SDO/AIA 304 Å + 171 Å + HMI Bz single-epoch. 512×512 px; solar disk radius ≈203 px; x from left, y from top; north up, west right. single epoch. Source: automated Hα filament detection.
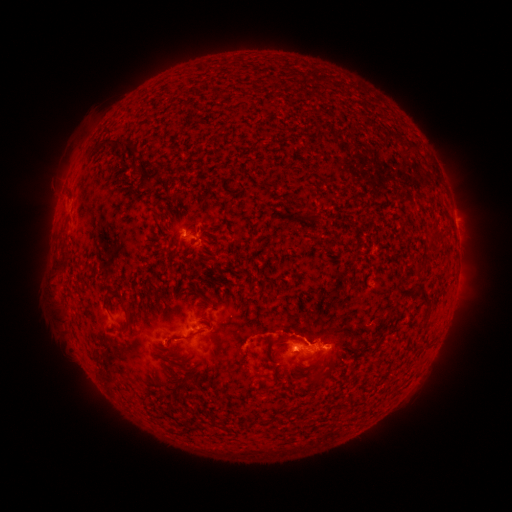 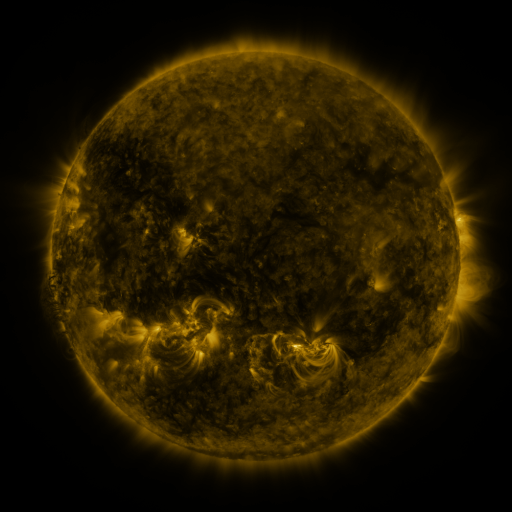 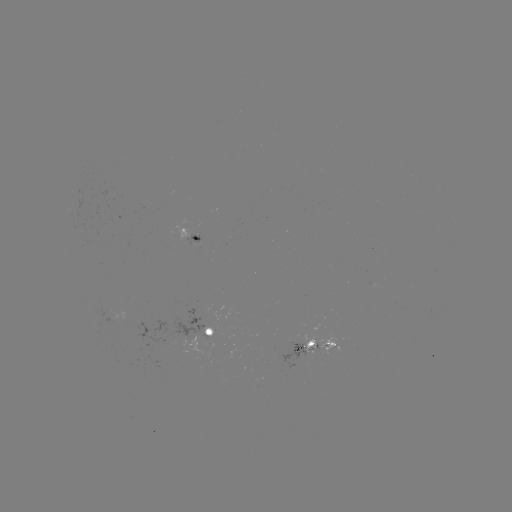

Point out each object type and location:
filament: (399, 139)
filament: (122, 142)
filament: (155, 175)
filament: (421, 270)
filament: (424, 299)
filament: (121, 300)
